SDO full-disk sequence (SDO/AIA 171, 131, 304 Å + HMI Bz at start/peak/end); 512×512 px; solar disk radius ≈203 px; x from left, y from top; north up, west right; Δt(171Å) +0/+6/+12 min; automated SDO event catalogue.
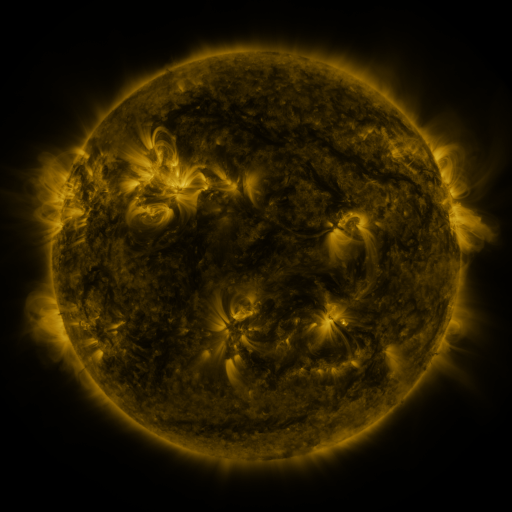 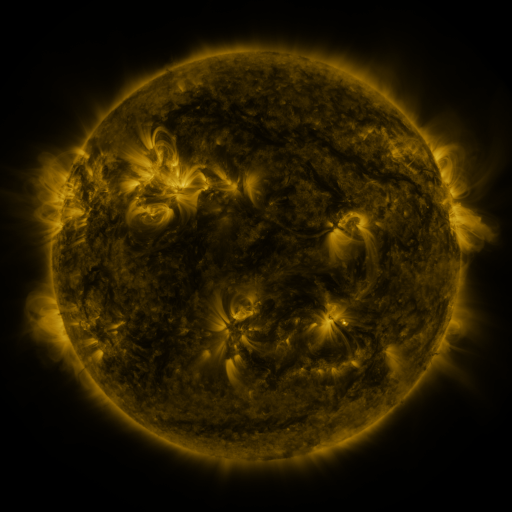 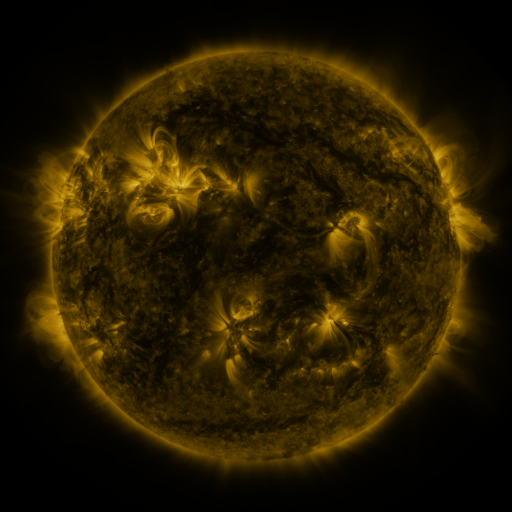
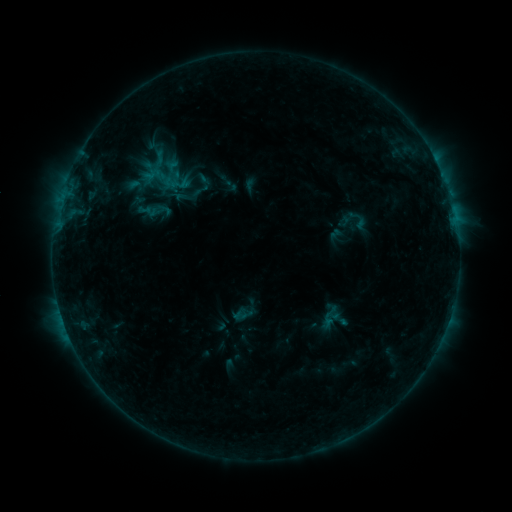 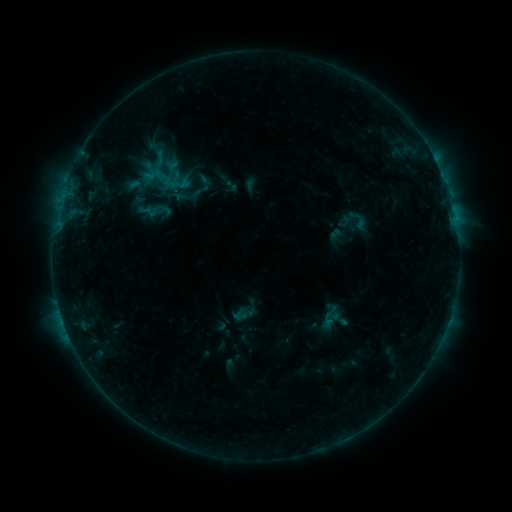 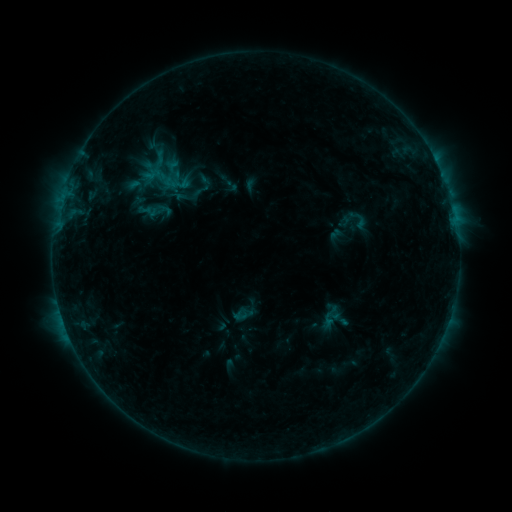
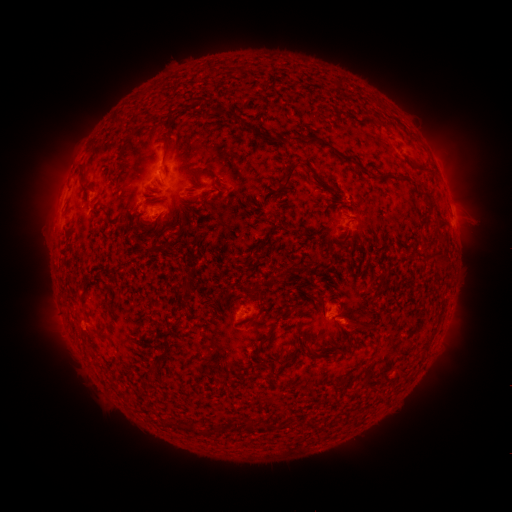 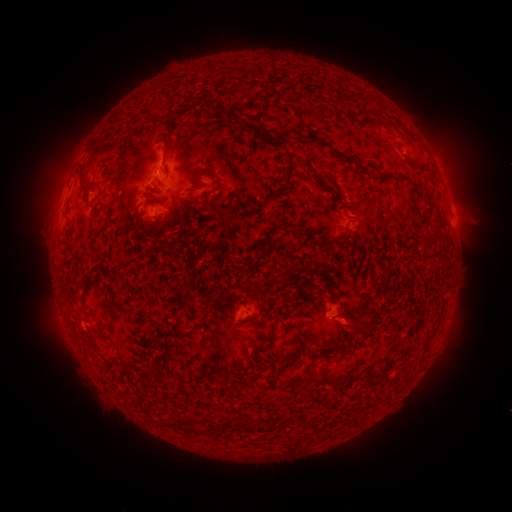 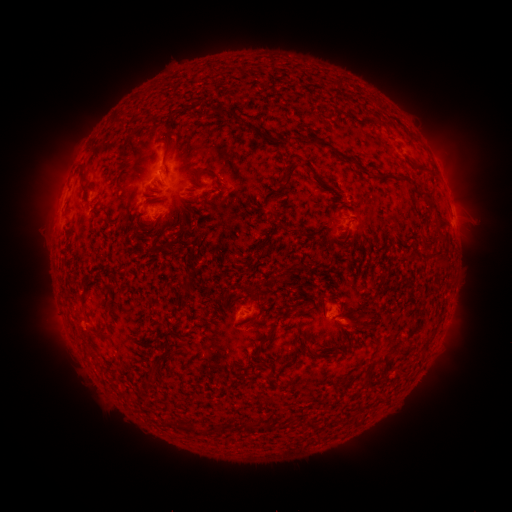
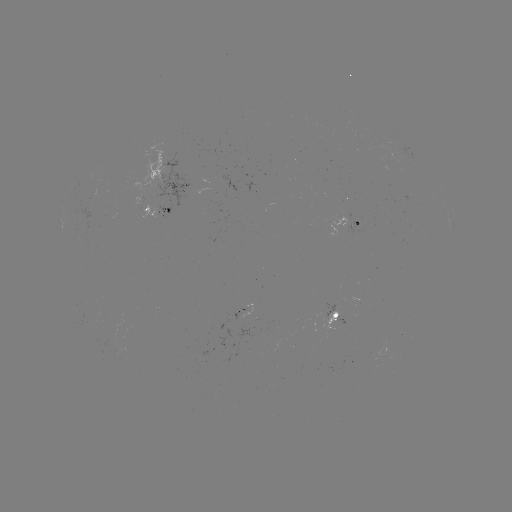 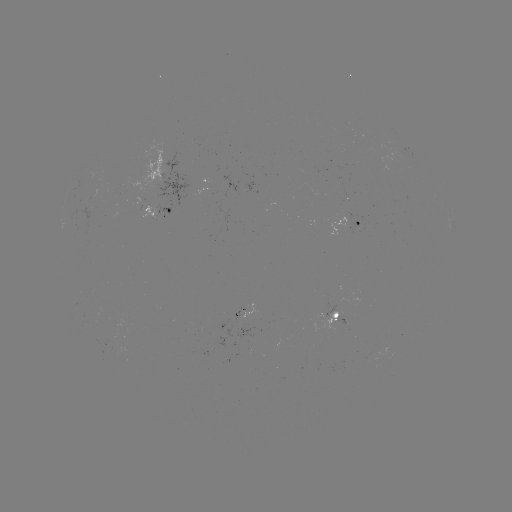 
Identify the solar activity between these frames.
no flare in any classed list; no EUV-trigger detection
